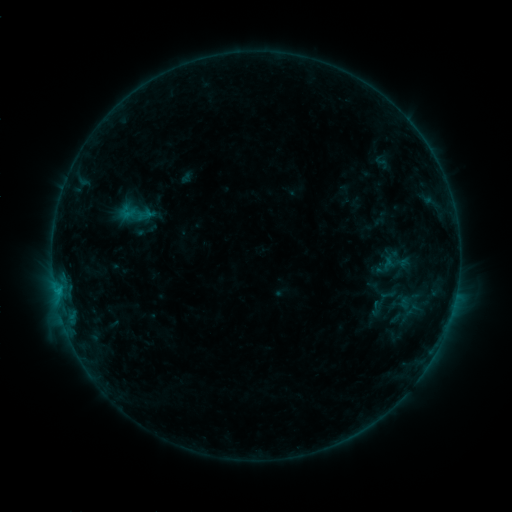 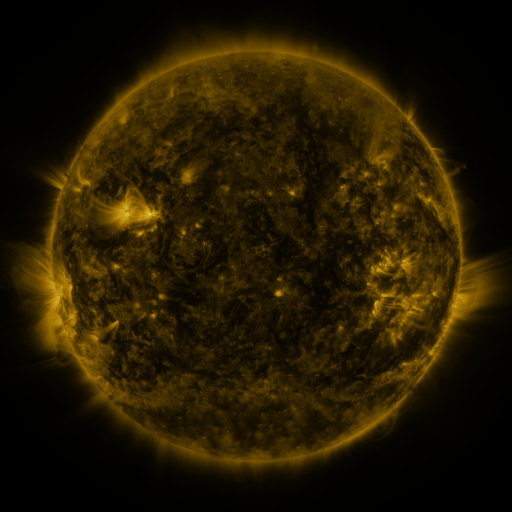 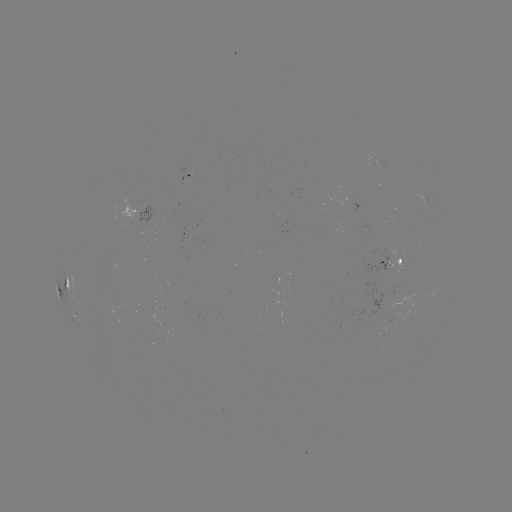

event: sigmoid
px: (375, 309)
